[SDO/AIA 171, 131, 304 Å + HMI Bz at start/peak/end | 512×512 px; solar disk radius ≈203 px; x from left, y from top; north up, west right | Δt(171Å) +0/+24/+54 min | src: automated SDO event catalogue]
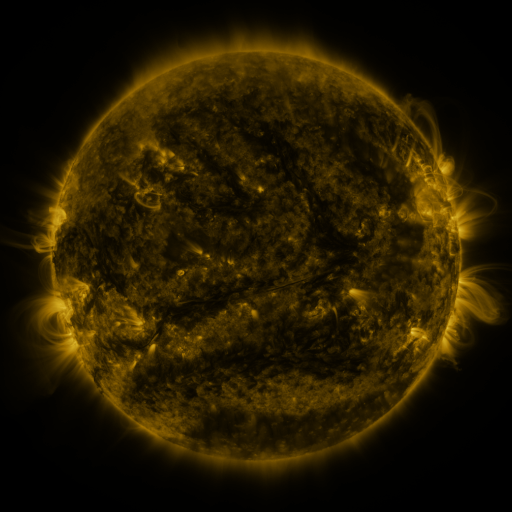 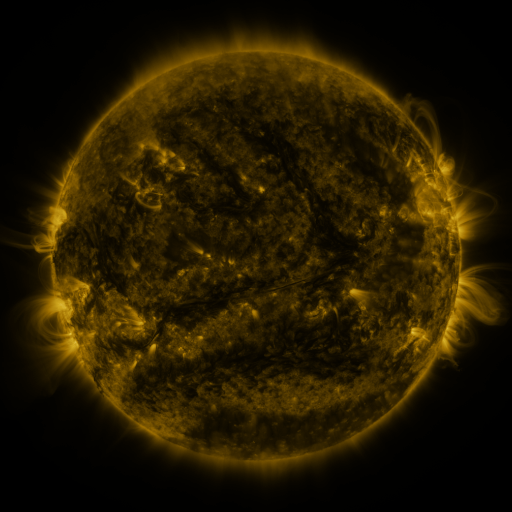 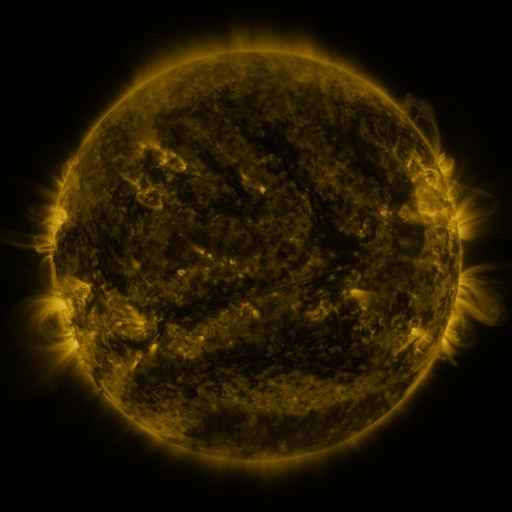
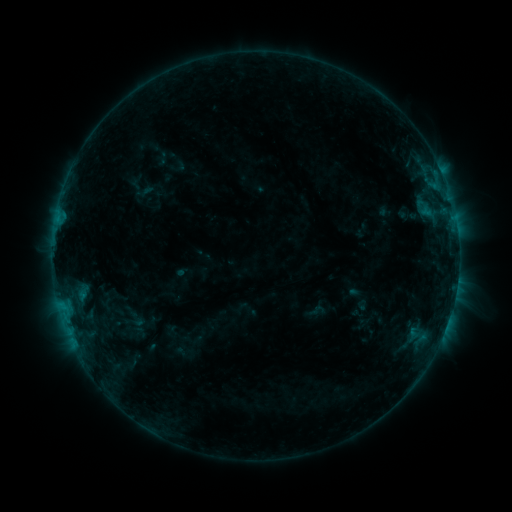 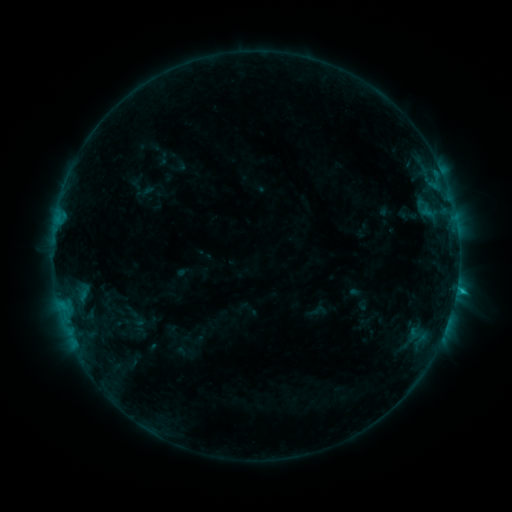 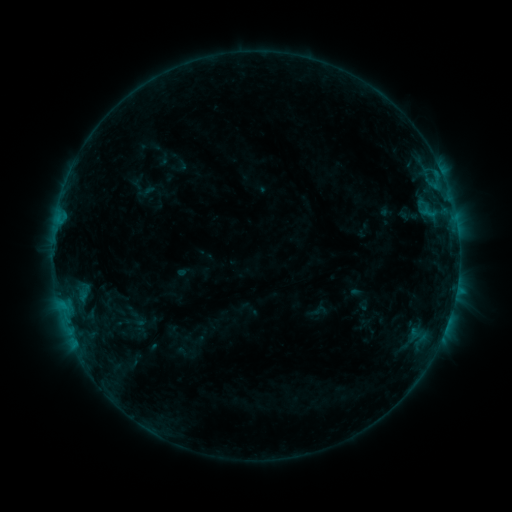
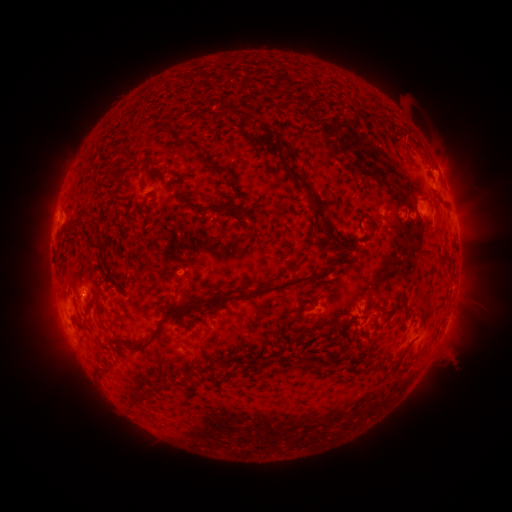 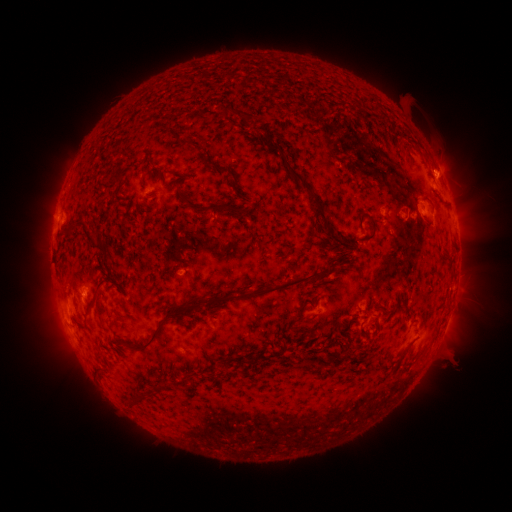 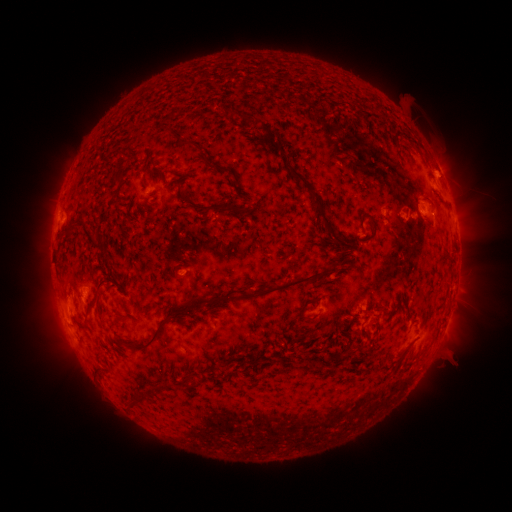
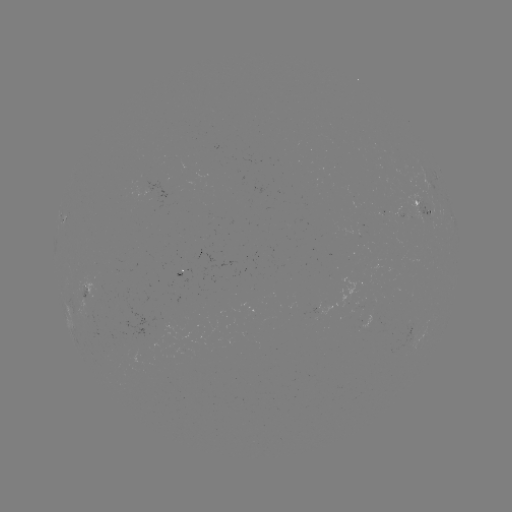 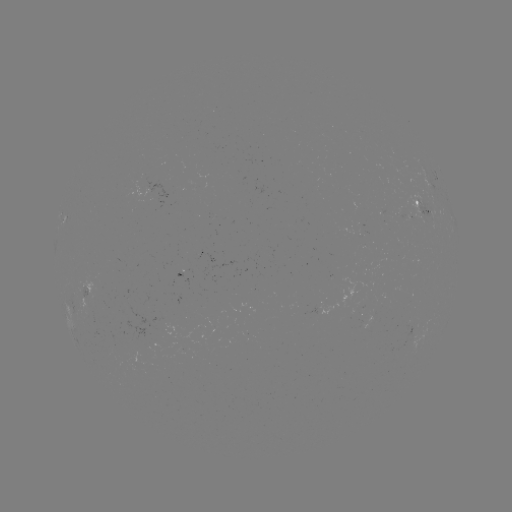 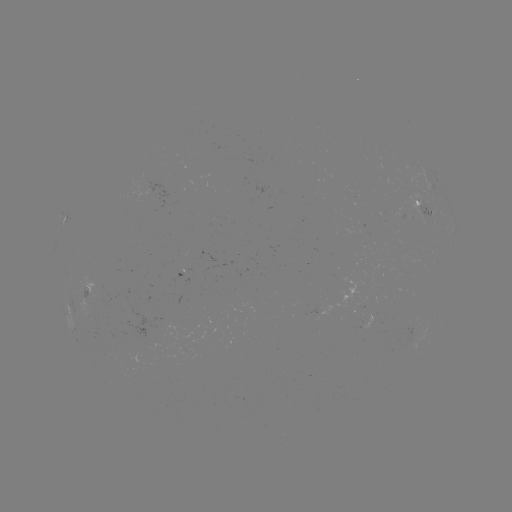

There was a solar flare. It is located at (437, 174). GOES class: B8.9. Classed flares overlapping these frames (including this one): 1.